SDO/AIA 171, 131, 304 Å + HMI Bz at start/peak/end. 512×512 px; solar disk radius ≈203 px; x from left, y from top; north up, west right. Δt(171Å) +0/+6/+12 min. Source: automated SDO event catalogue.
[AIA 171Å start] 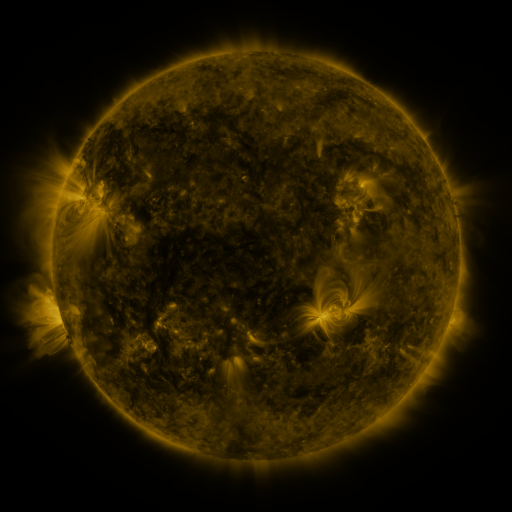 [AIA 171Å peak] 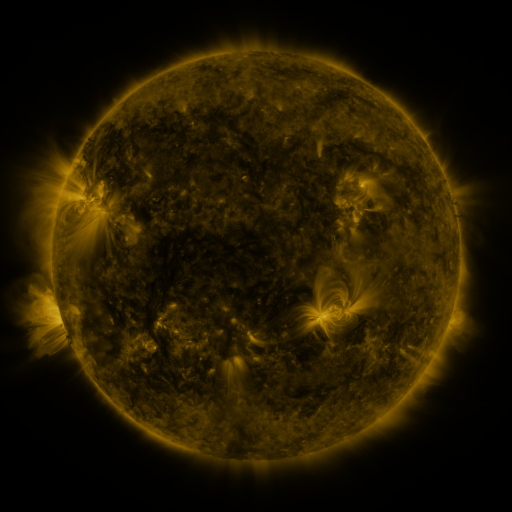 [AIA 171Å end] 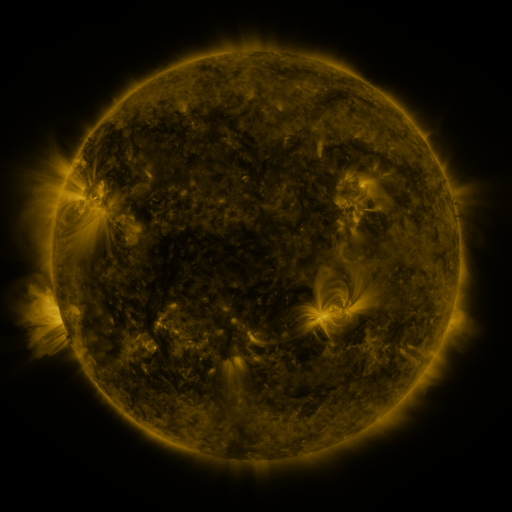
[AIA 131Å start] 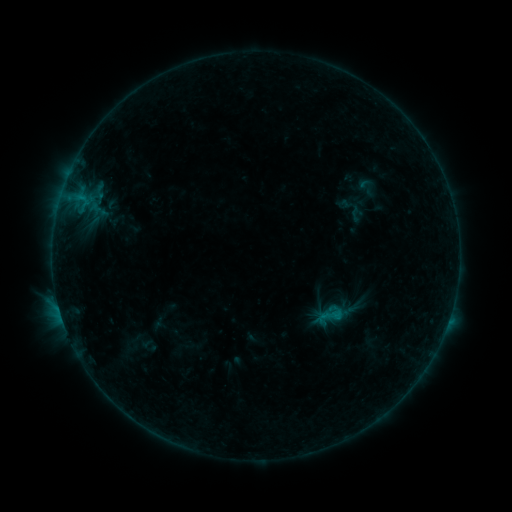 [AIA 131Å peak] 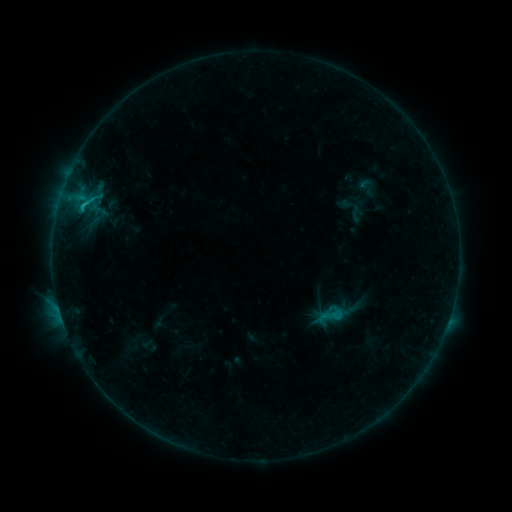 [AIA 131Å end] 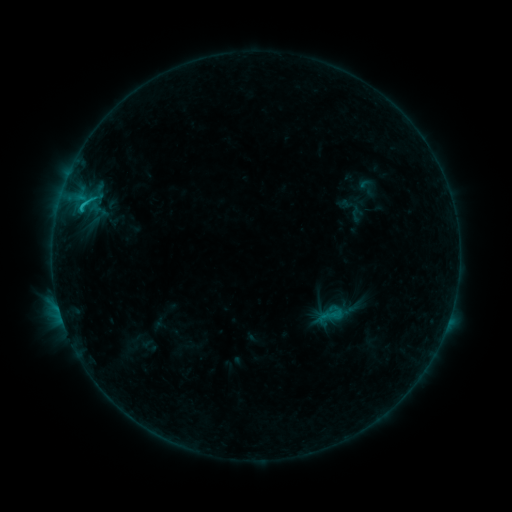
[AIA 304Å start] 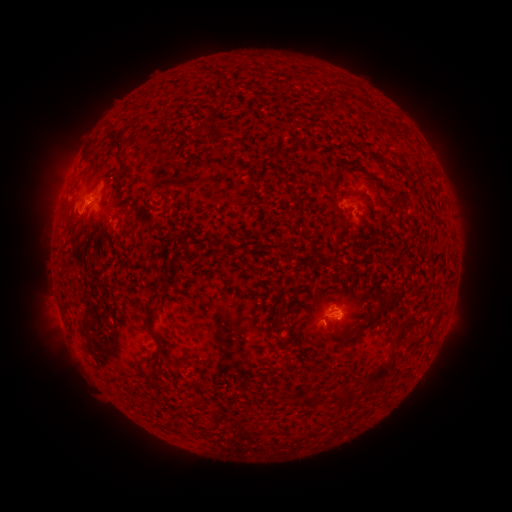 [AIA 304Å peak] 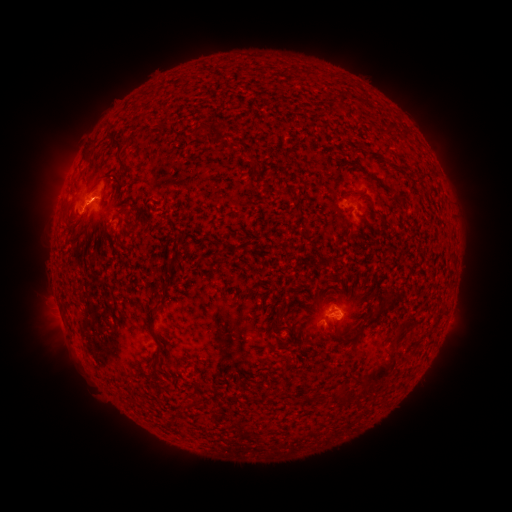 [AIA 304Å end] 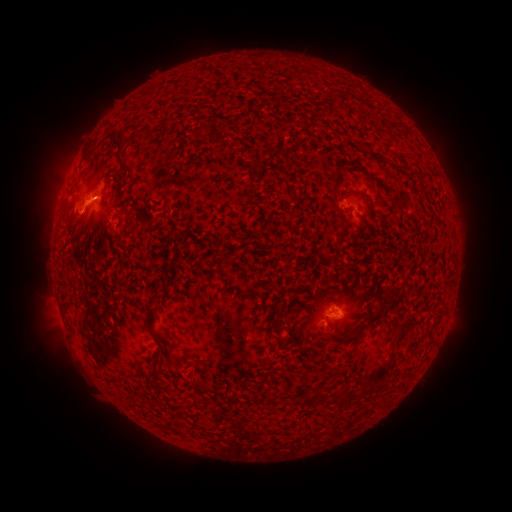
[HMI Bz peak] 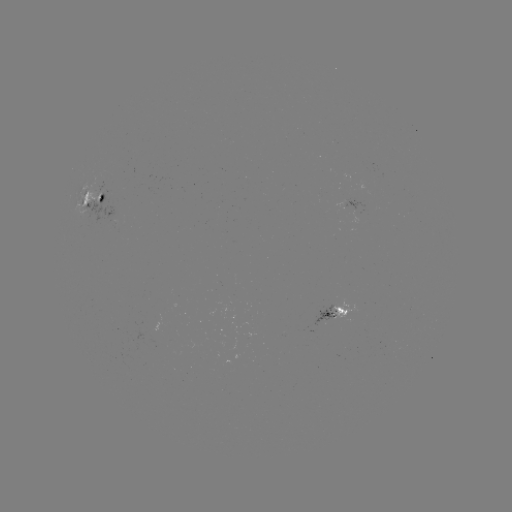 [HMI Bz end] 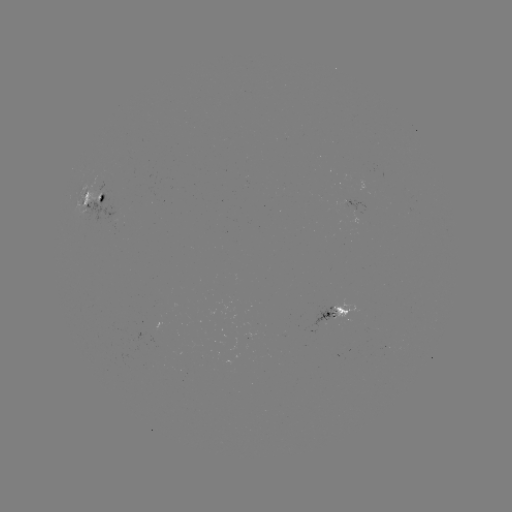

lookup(B8.8 flare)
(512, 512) [86, 208]